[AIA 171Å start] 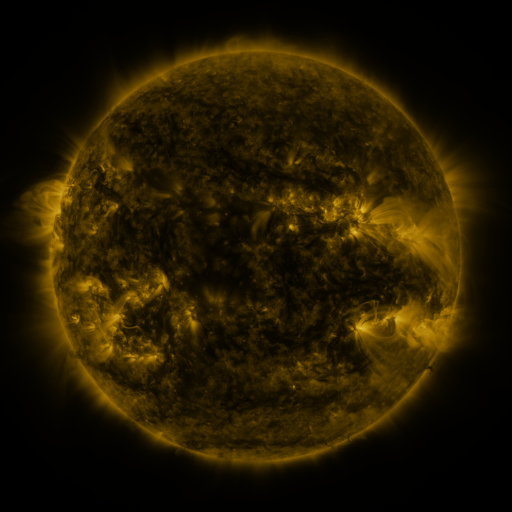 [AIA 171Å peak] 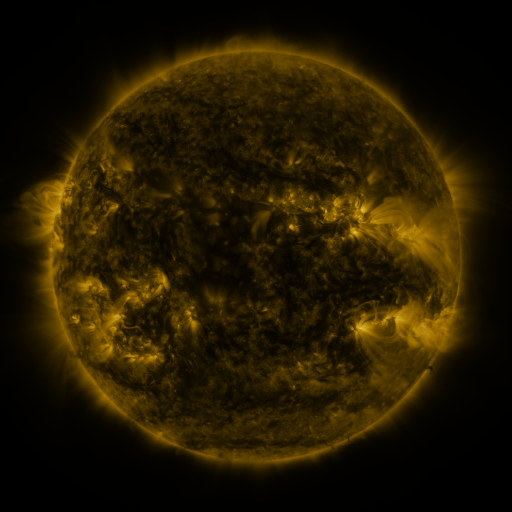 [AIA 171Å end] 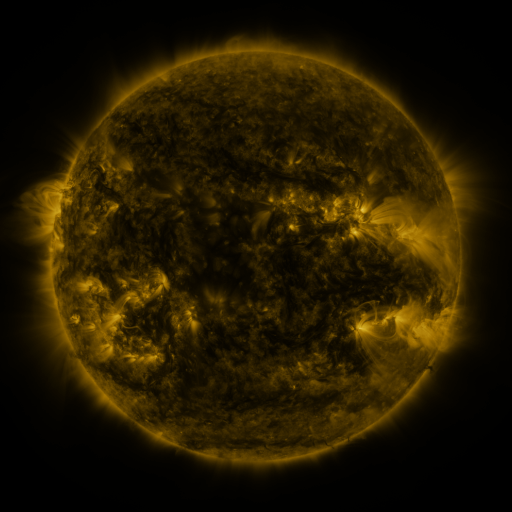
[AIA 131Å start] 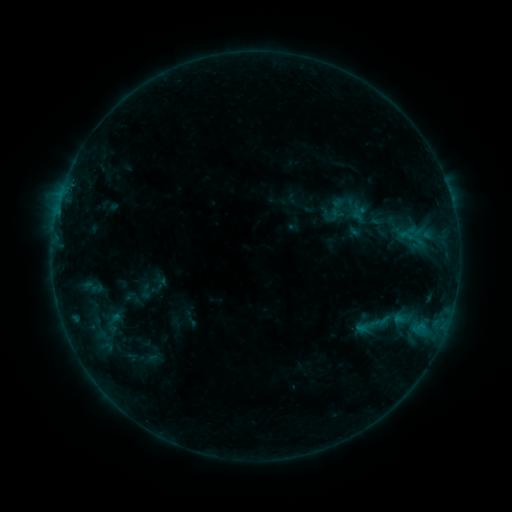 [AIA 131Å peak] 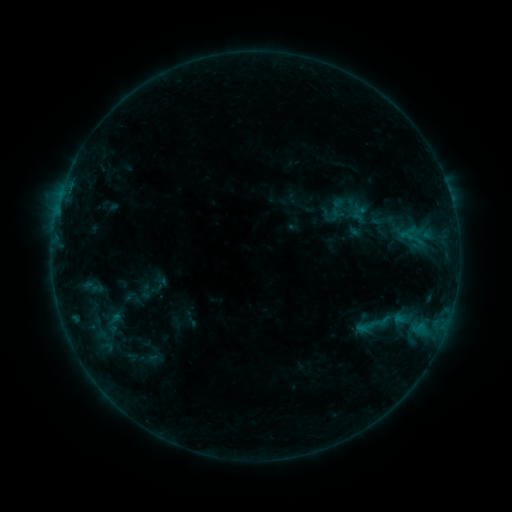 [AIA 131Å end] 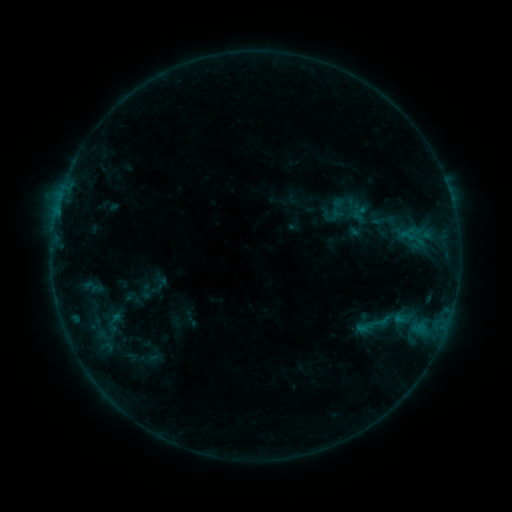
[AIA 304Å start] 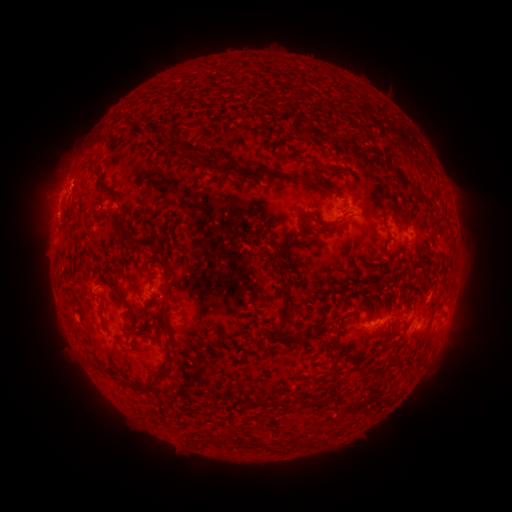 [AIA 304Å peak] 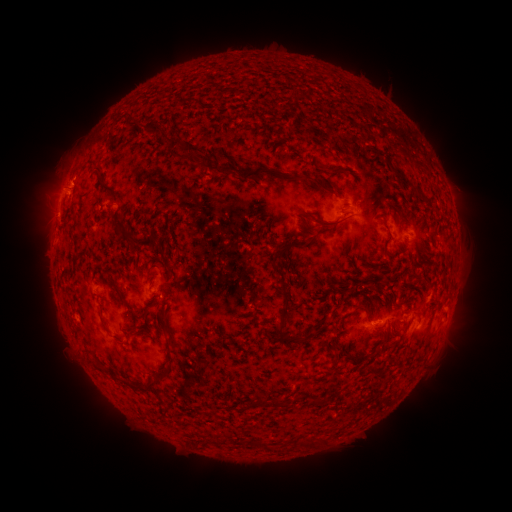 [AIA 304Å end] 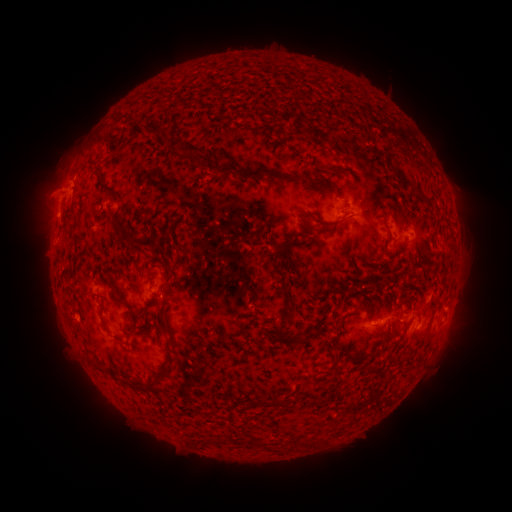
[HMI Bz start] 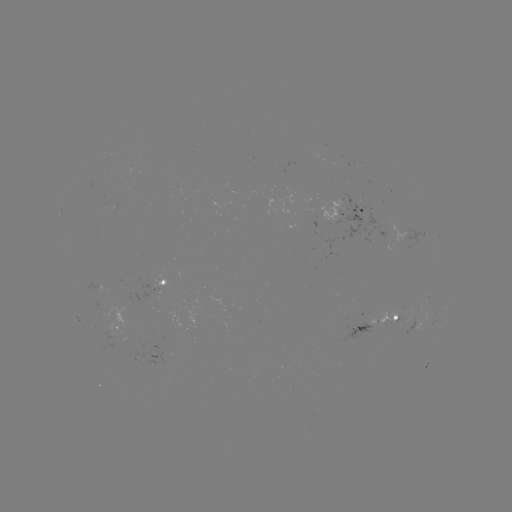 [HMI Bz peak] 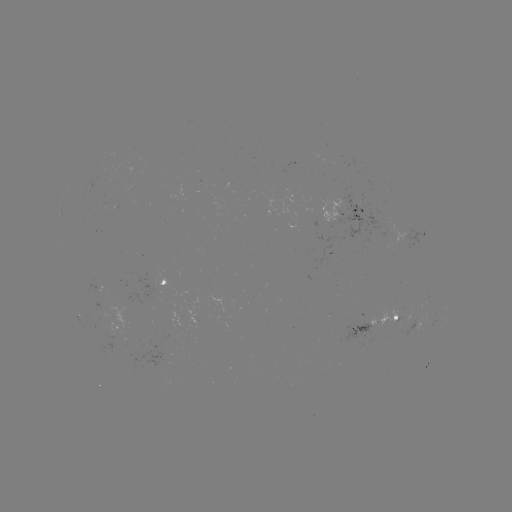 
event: eruption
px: (57, 191)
